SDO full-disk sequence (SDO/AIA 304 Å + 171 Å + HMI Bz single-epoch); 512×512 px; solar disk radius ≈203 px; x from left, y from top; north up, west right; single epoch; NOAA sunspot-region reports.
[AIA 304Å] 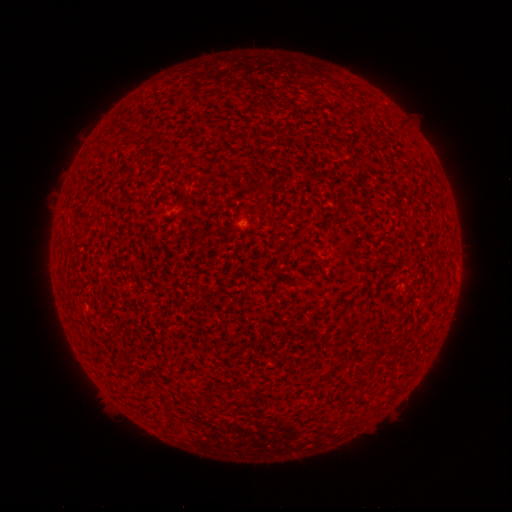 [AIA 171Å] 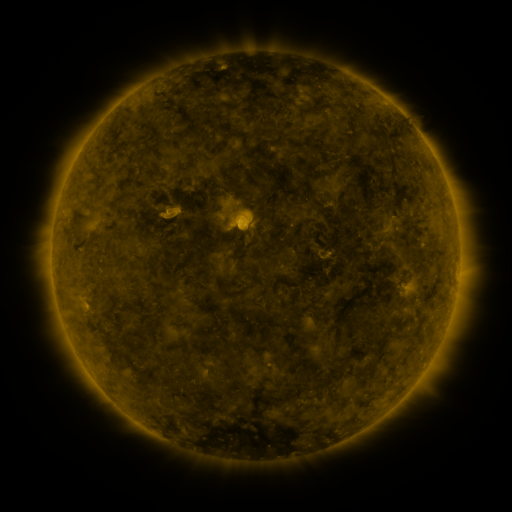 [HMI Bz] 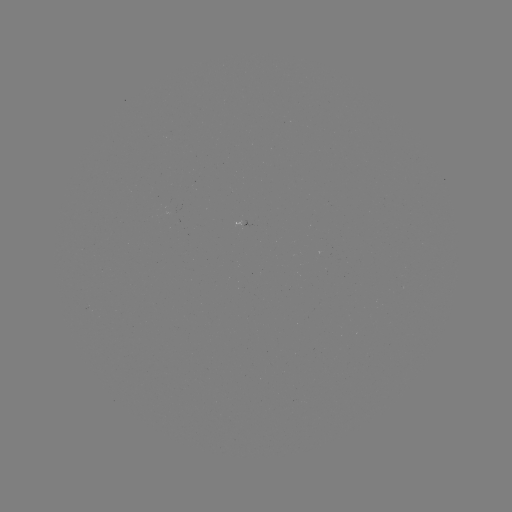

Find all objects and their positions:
(none)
